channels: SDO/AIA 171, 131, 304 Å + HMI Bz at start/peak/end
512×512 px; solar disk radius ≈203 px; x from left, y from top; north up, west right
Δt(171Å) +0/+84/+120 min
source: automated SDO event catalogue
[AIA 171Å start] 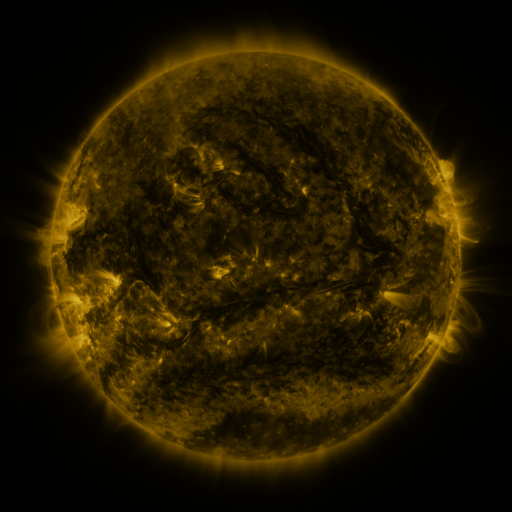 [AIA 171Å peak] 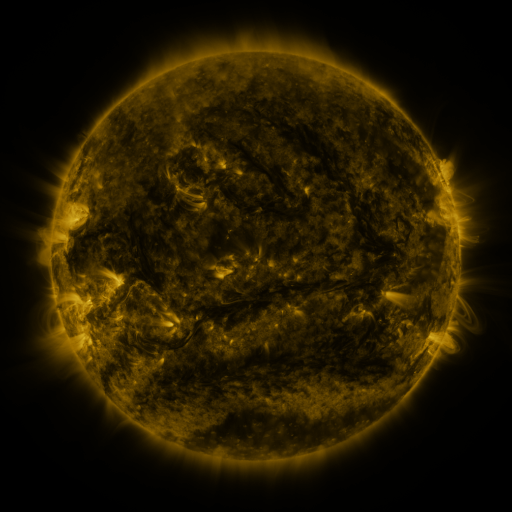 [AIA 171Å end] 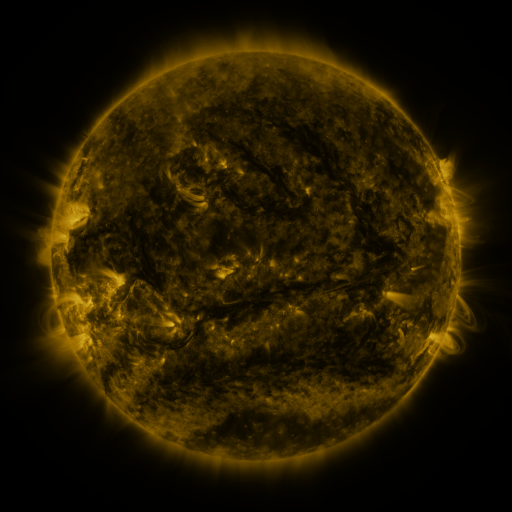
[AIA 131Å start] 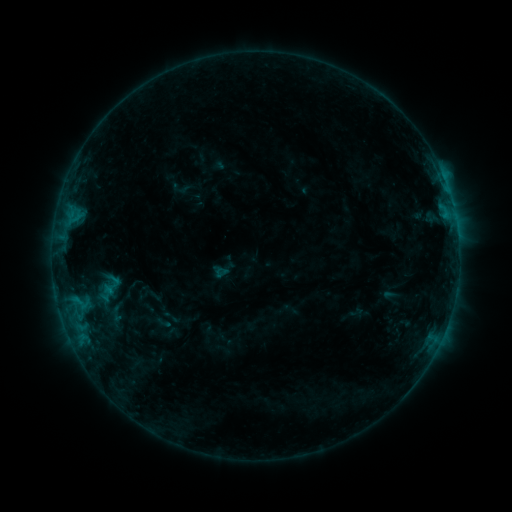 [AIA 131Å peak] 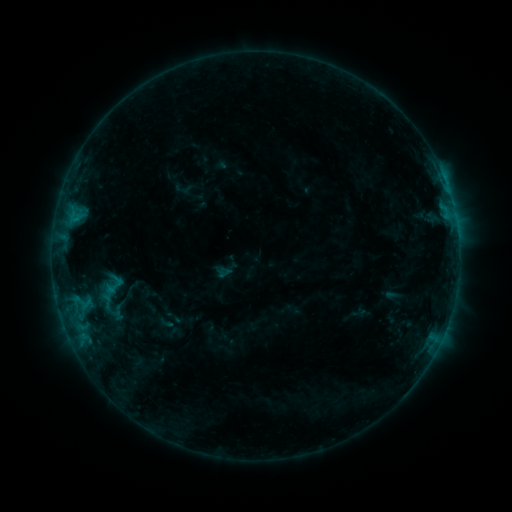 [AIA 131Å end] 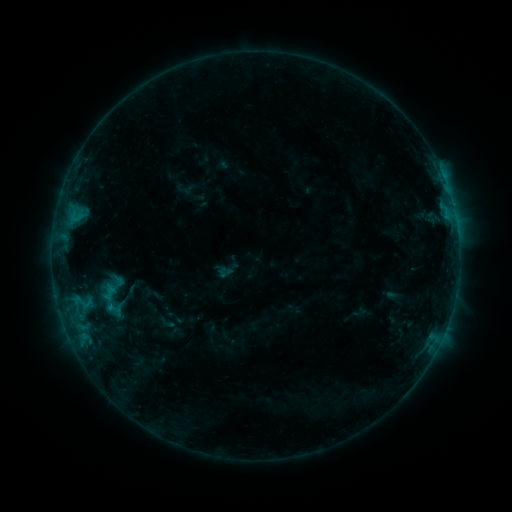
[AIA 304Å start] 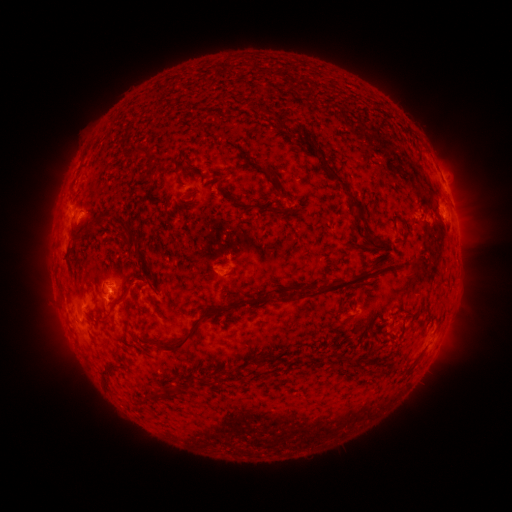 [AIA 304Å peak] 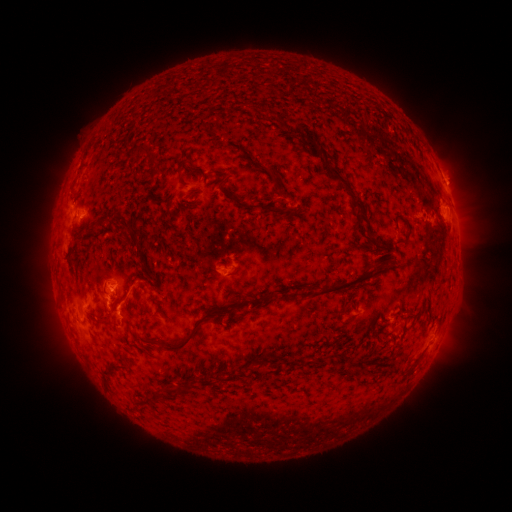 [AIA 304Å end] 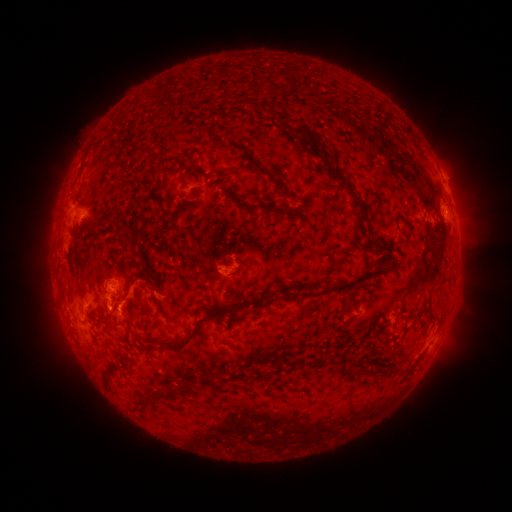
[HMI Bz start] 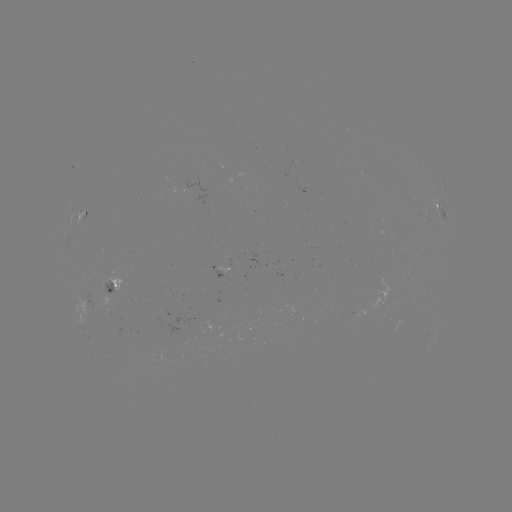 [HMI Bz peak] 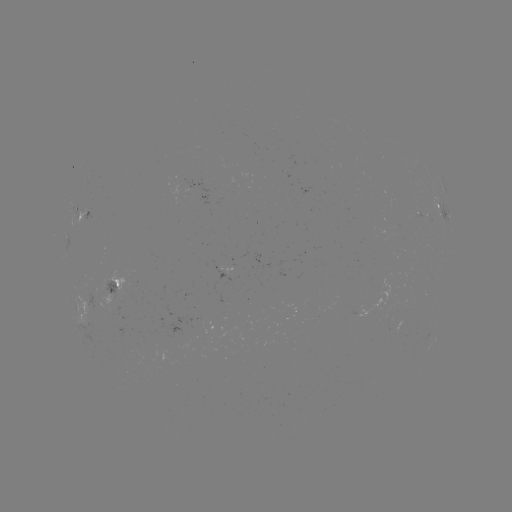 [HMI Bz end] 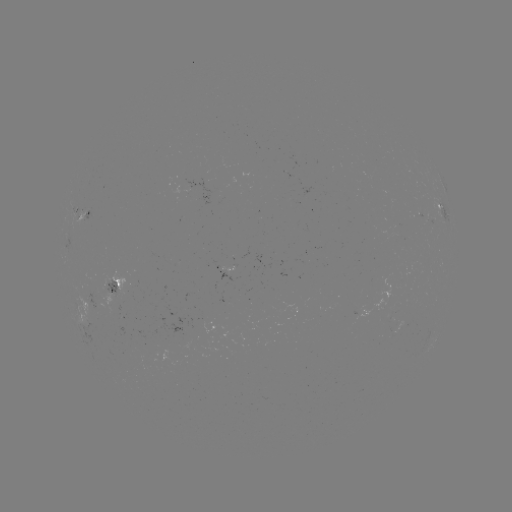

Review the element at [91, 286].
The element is emerging-flux region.